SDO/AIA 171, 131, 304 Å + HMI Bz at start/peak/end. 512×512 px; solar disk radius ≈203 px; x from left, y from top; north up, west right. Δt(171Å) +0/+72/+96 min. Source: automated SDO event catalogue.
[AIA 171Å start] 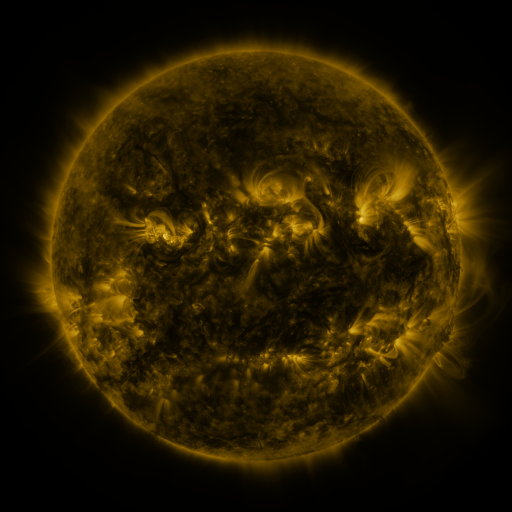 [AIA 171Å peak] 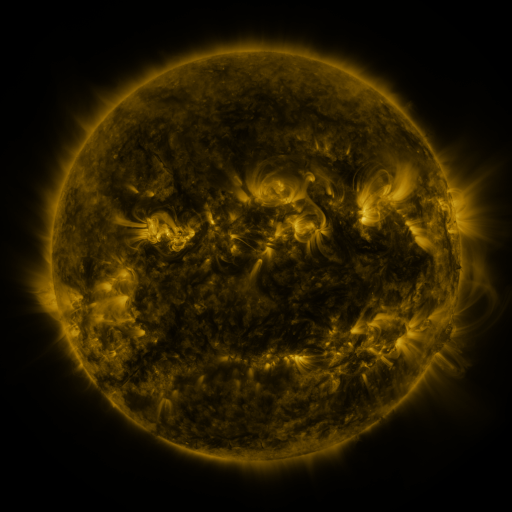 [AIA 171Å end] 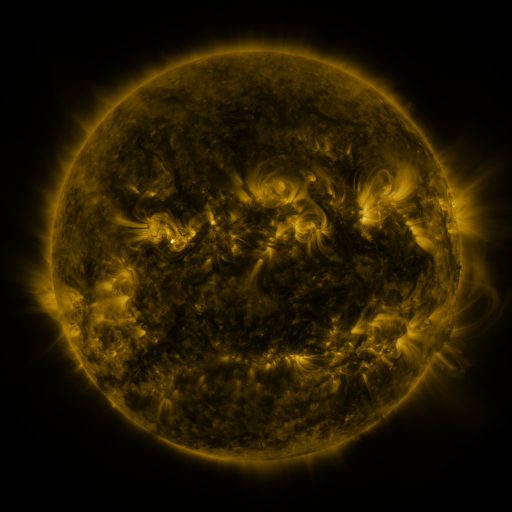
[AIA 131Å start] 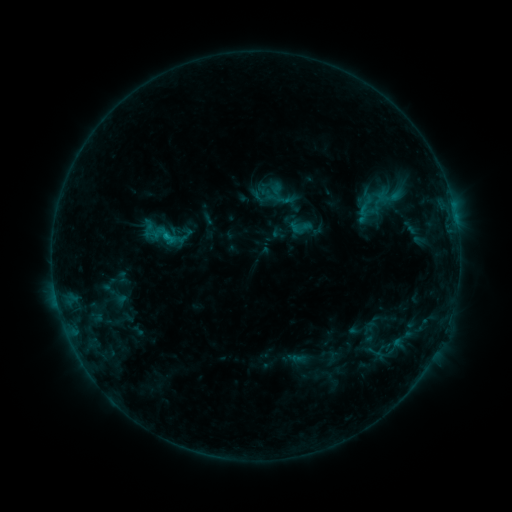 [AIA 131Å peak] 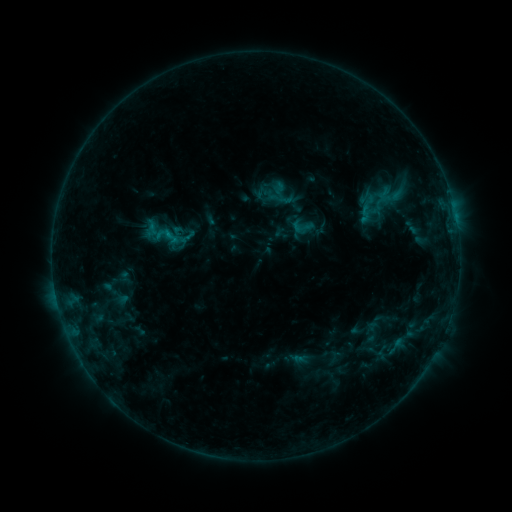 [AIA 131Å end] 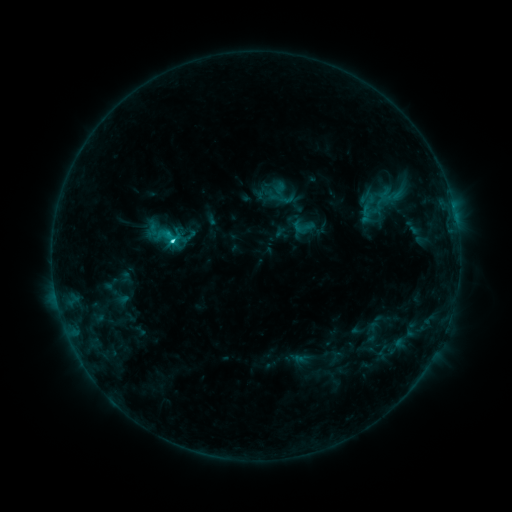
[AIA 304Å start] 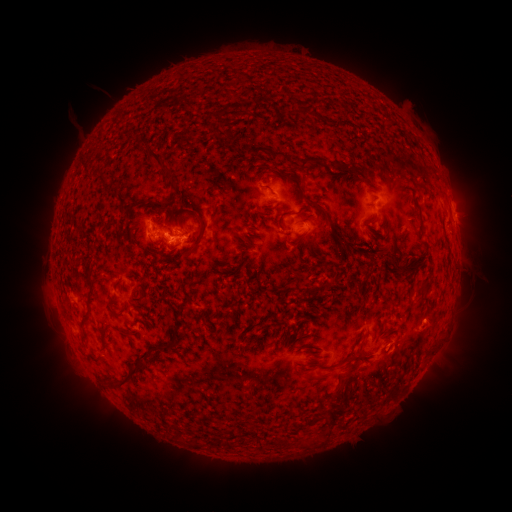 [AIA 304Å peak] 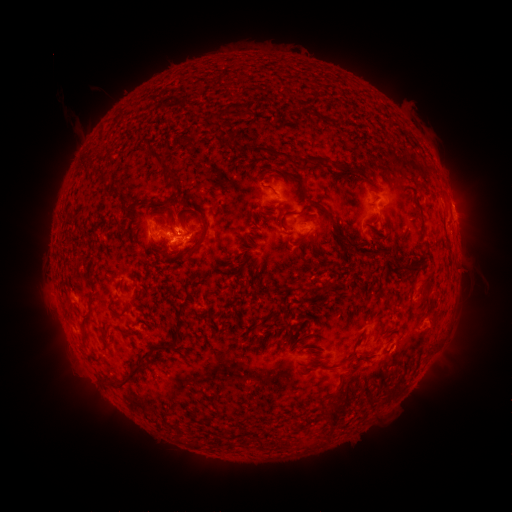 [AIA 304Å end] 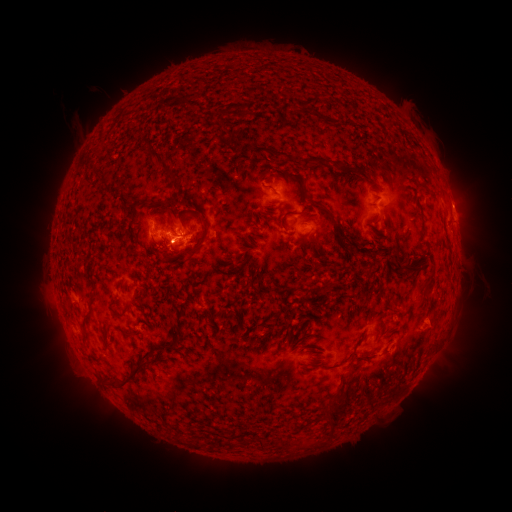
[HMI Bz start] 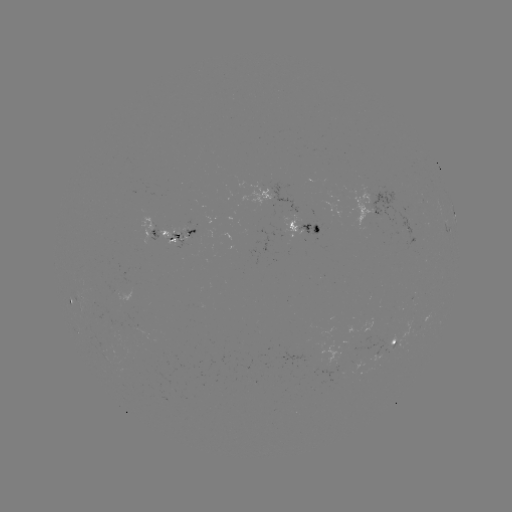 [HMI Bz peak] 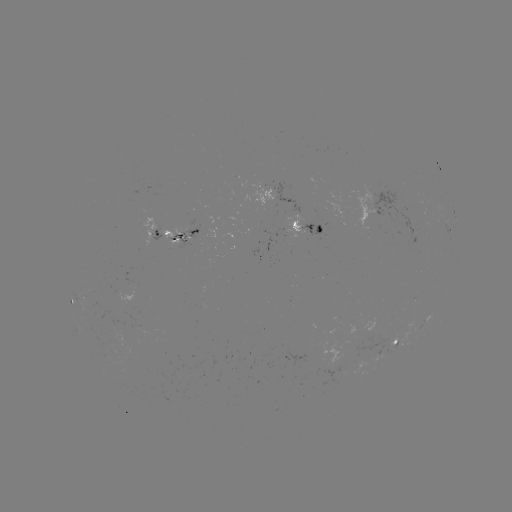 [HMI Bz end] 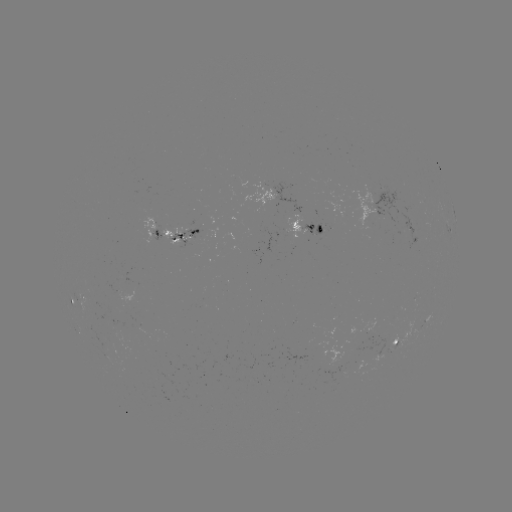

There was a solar emerging-flux region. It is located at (191, 238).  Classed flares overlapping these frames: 1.